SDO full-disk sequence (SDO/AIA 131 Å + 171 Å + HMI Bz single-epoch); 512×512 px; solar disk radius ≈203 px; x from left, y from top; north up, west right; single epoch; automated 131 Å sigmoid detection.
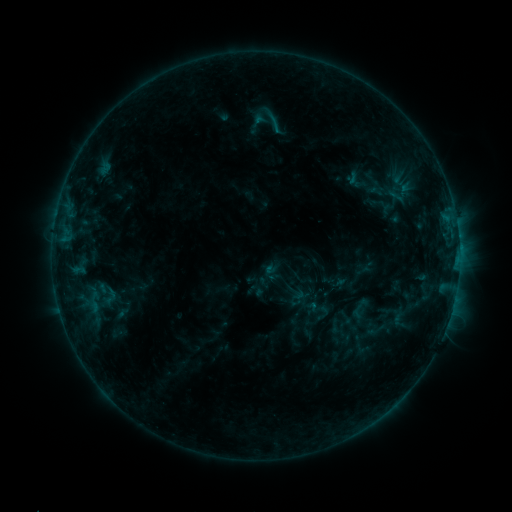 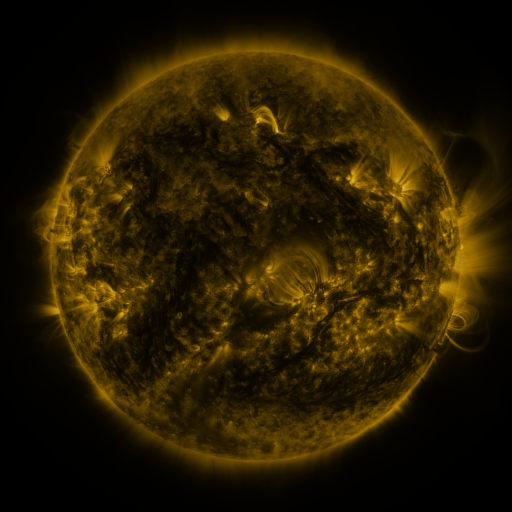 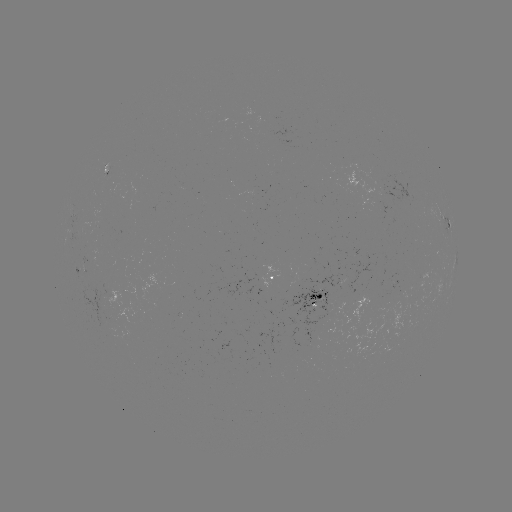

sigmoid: <bbox>255, 102, 295, 136</bbox>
